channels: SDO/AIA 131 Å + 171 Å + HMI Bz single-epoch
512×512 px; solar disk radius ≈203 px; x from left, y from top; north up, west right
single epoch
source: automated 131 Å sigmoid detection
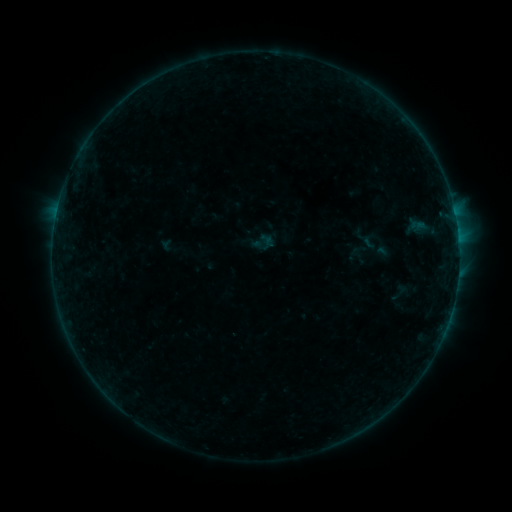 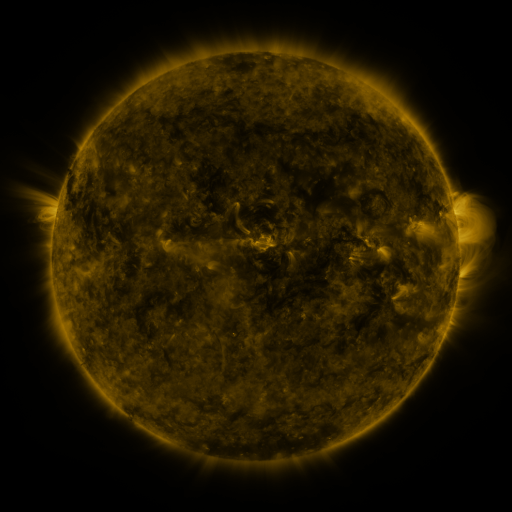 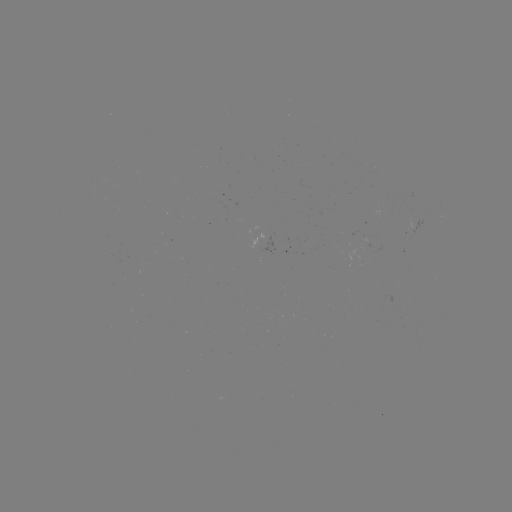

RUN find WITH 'sigmoid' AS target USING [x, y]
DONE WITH [399, 292] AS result